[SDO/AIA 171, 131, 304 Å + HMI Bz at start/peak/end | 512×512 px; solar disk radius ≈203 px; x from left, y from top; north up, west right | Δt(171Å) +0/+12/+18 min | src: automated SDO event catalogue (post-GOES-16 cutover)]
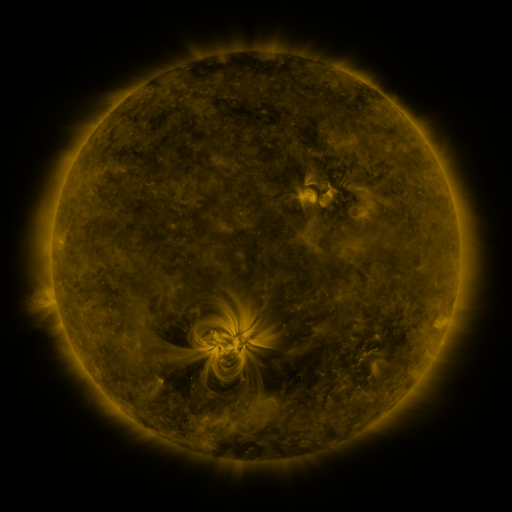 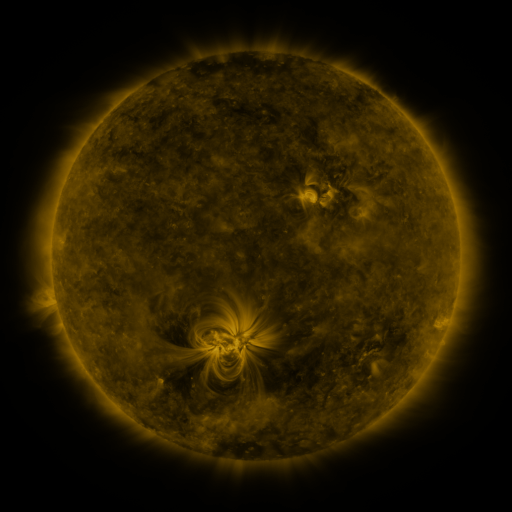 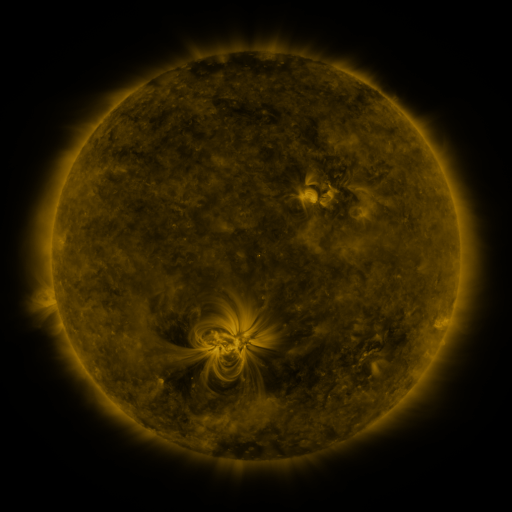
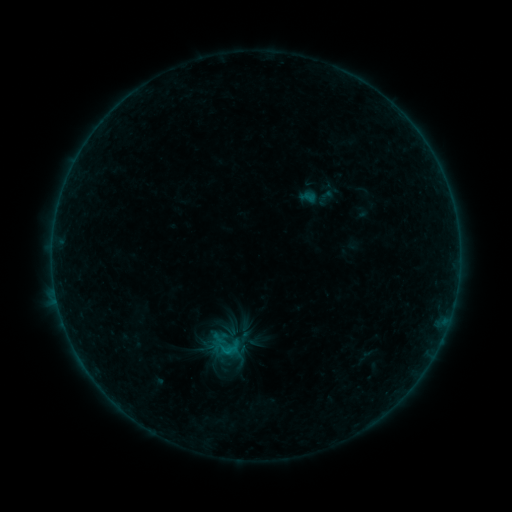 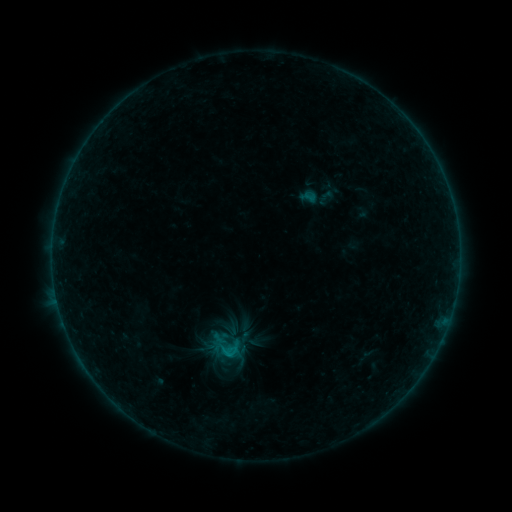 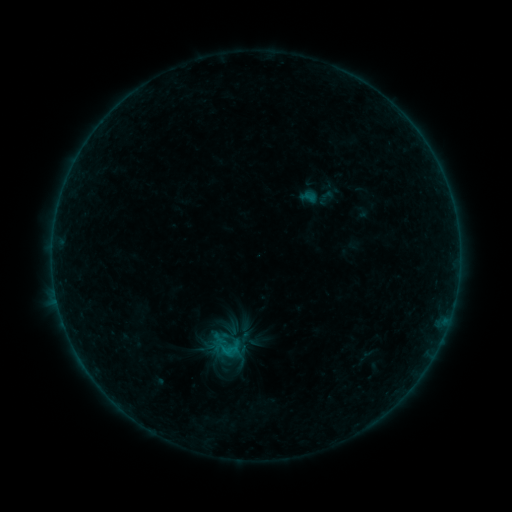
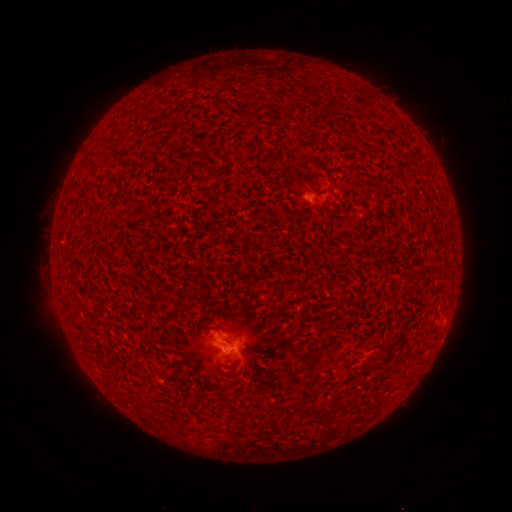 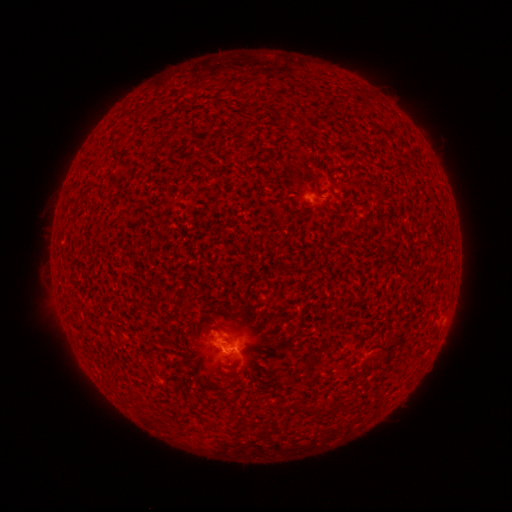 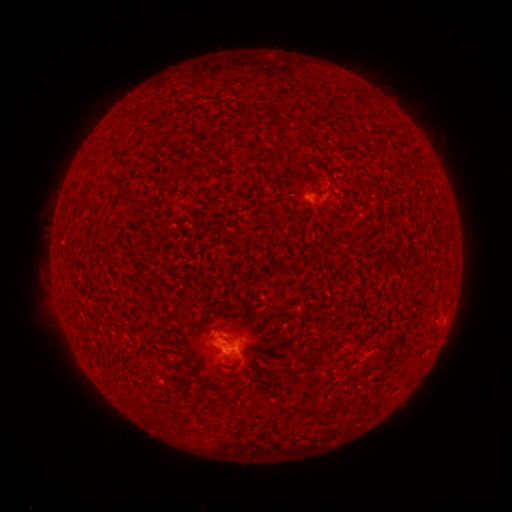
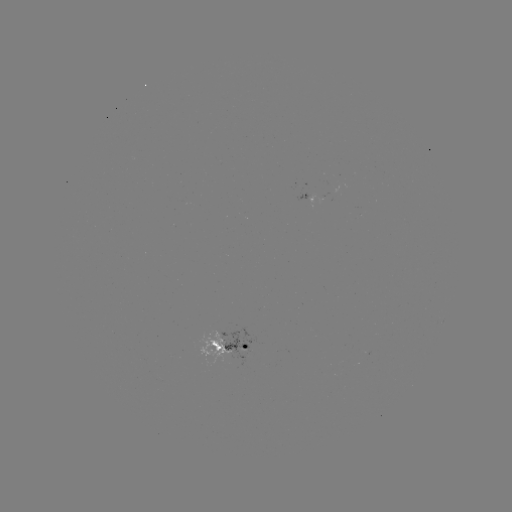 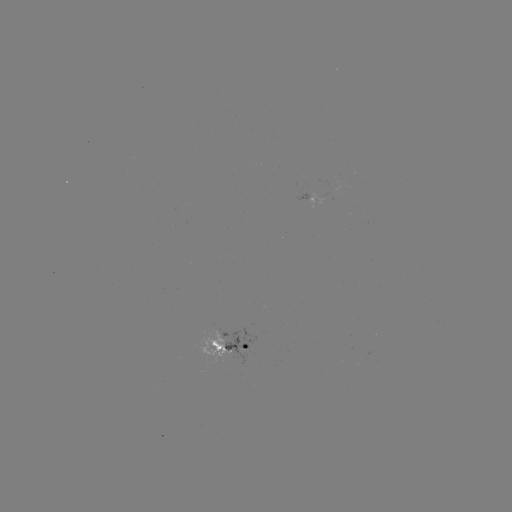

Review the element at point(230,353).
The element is B4.2 flare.